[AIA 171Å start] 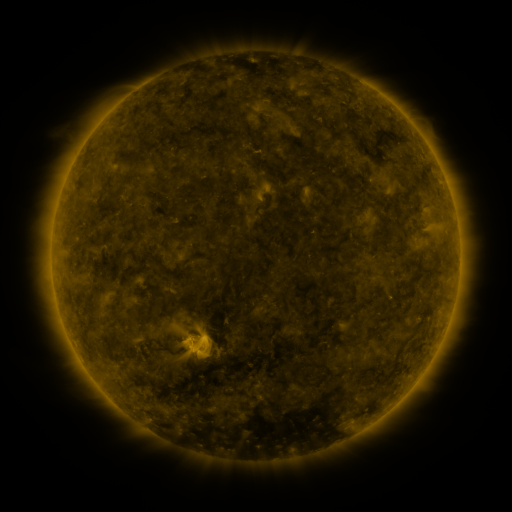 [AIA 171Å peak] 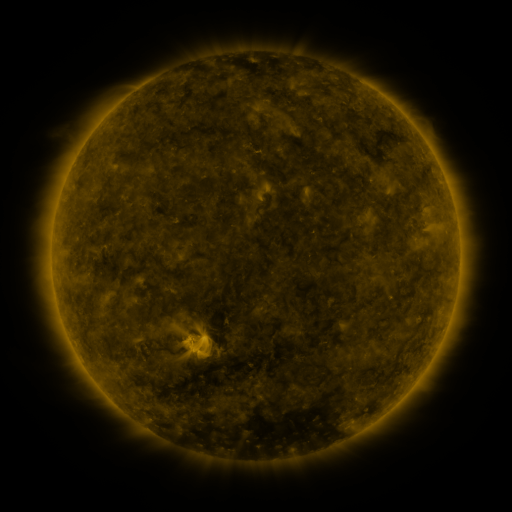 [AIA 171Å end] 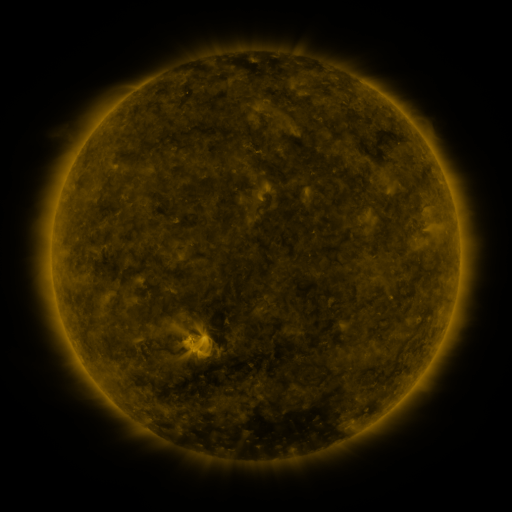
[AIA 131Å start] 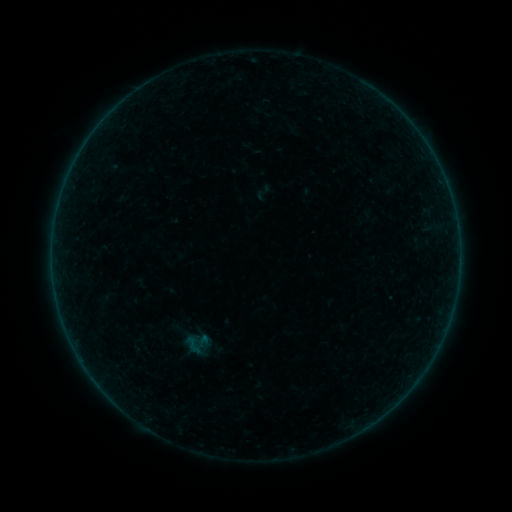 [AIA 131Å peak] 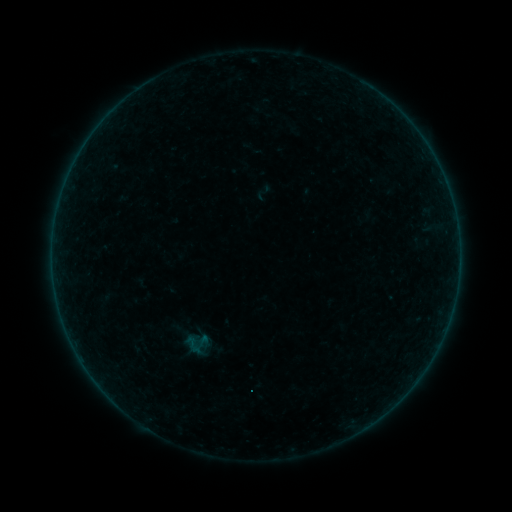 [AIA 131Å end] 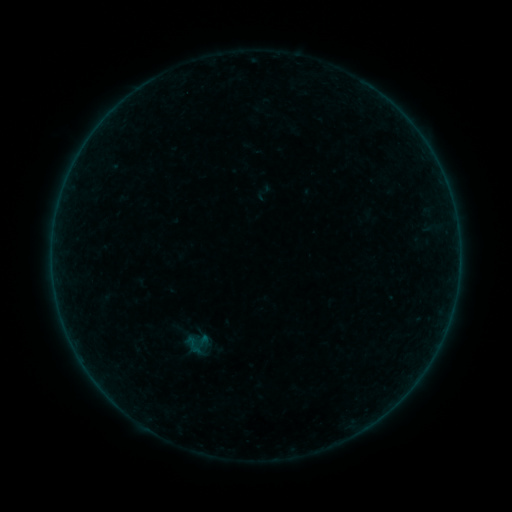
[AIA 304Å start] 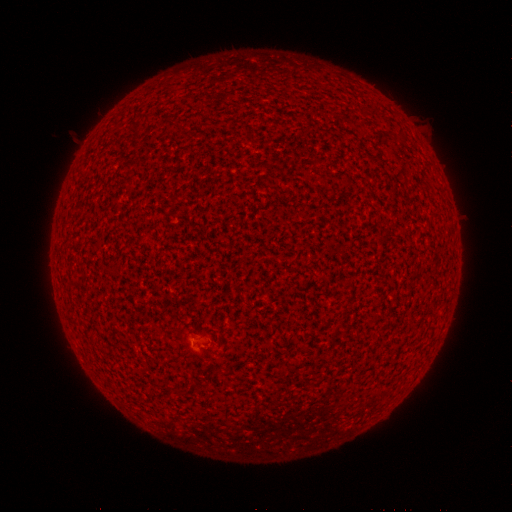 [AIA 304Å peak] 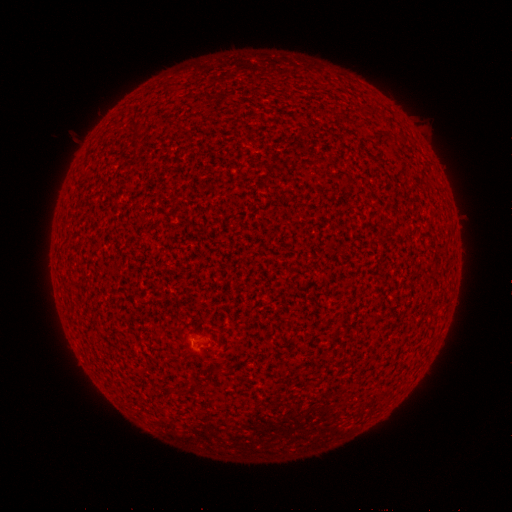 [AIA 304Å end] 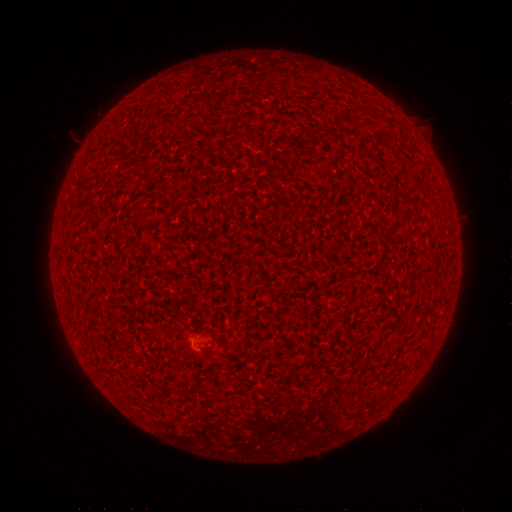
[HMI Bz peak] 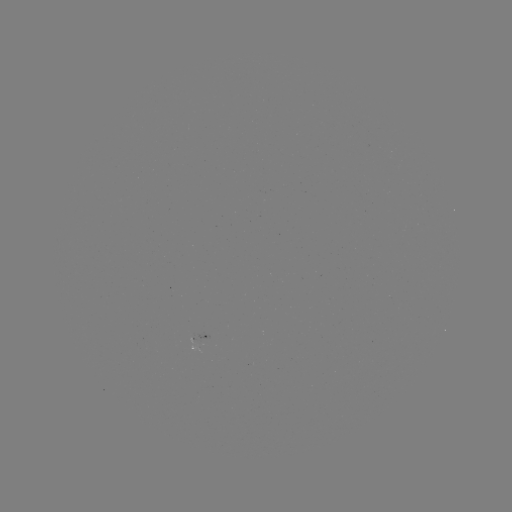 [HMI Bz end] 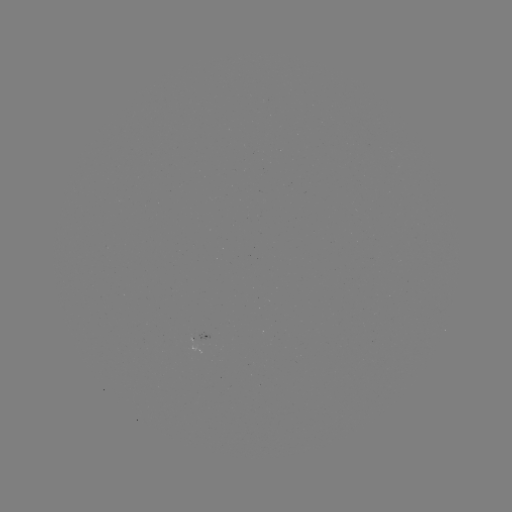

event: flare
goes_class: A1.4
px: (208, 345)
